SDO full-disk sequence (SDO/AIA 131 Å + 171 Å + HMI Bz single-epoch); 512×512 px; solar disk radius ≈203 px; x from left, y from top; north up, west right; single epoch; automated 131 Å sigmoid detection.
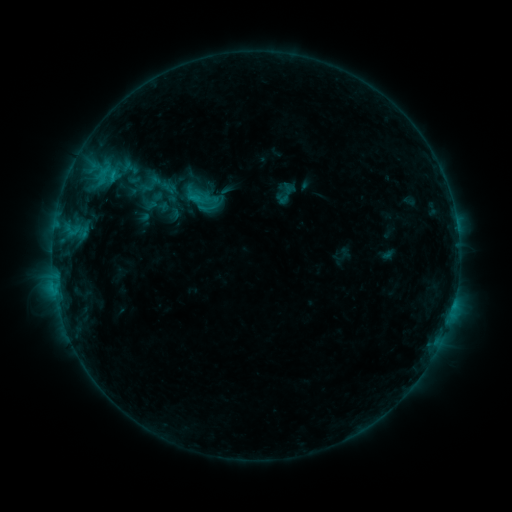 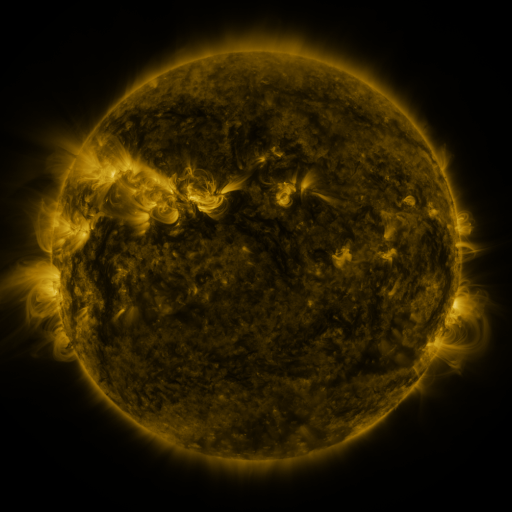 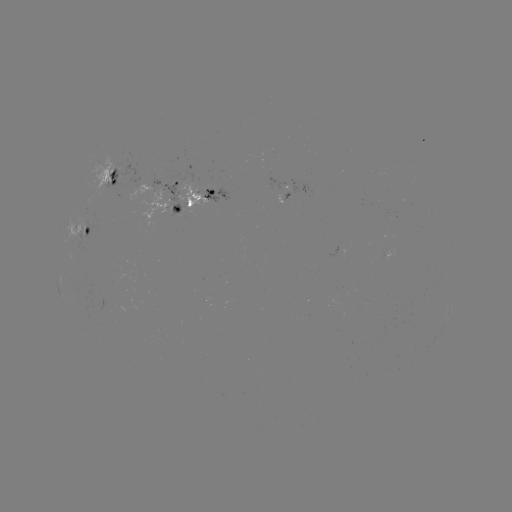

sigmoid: <bbox>141, 188, 166, 213</bbox>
